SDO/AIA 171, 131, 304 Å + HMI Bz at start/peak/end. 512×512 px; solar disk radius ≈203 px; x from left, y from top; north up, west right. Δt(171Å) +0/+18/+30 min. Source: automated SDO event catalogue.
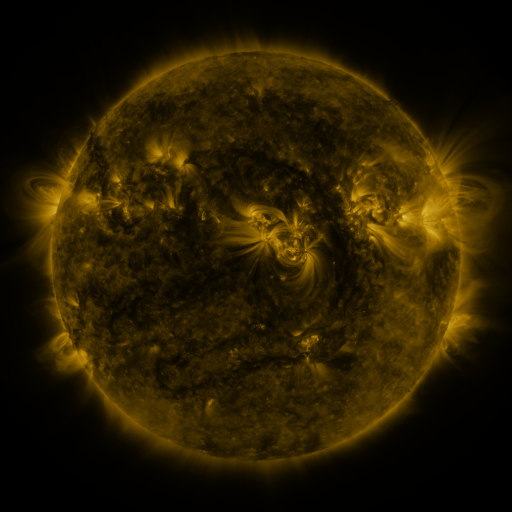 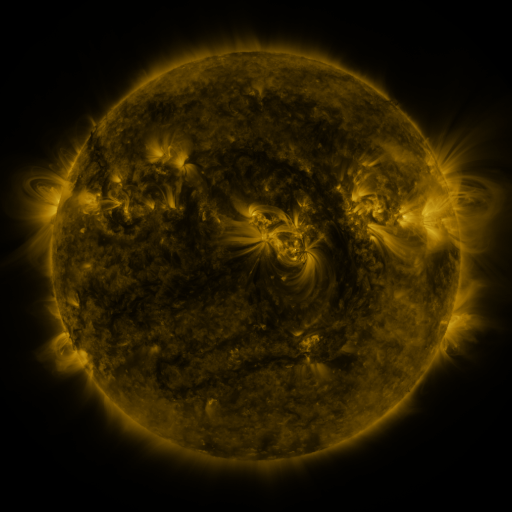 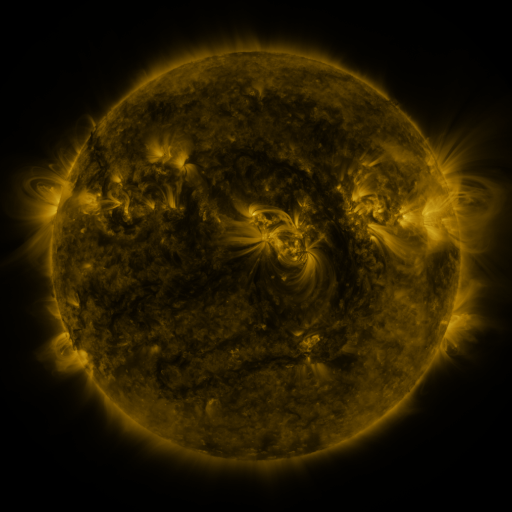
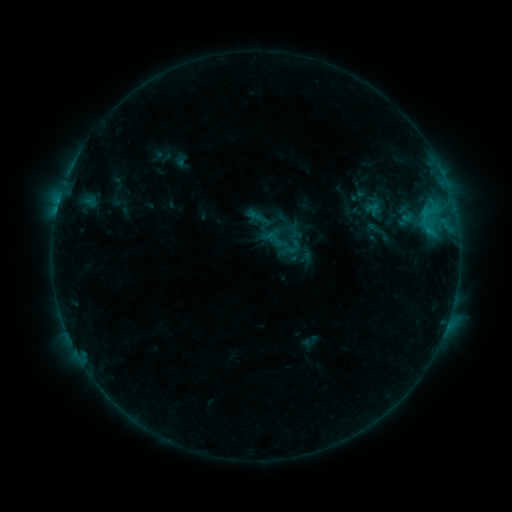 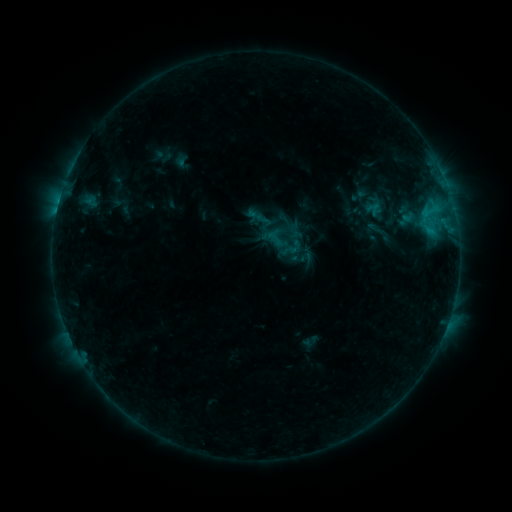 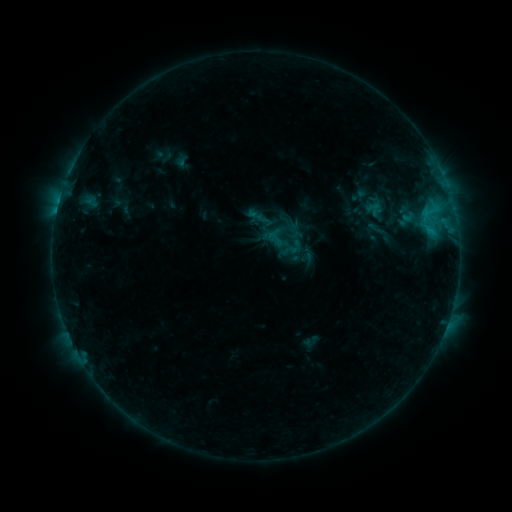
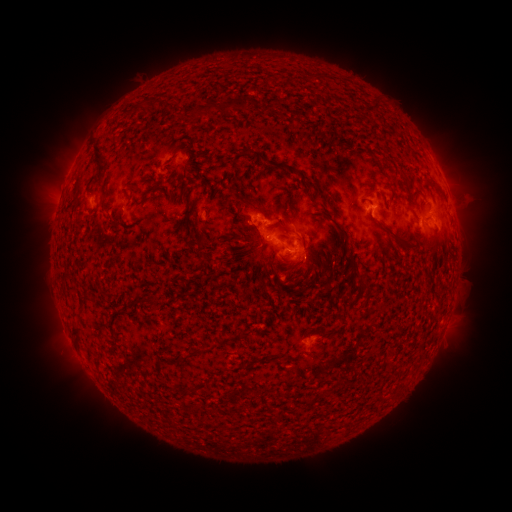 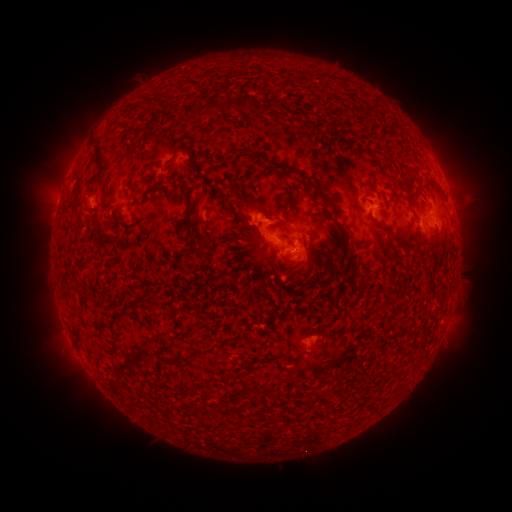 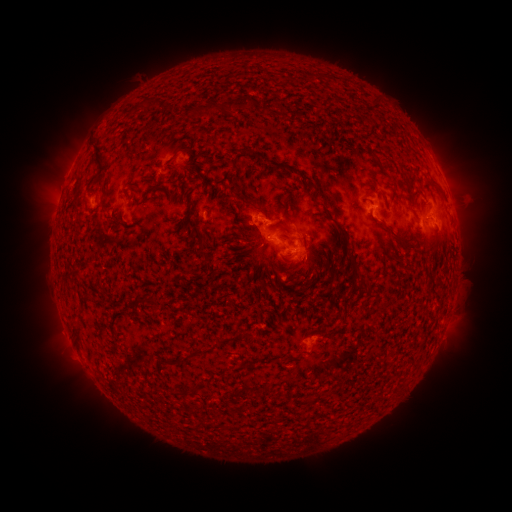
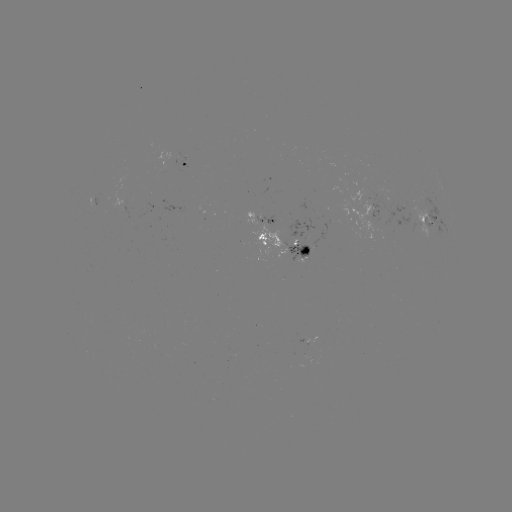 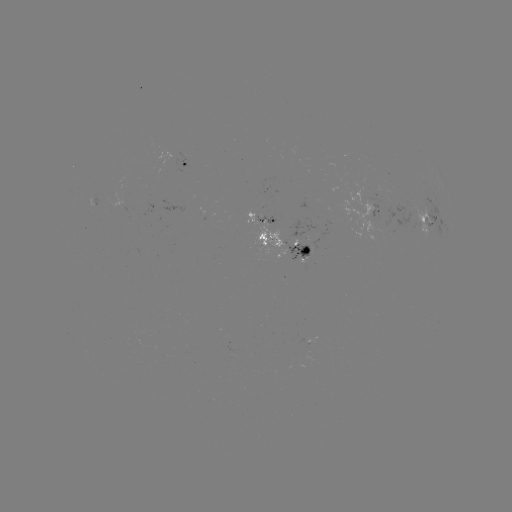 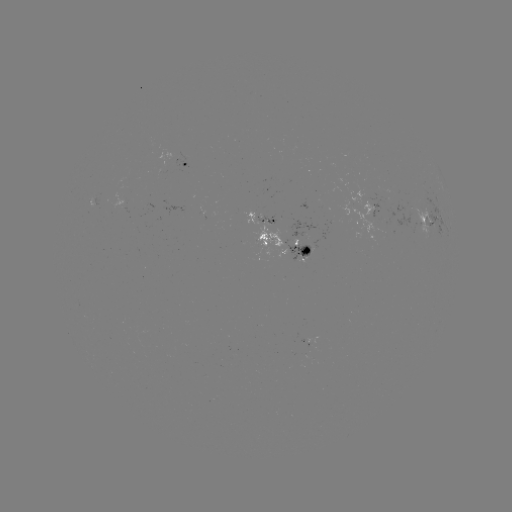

nothing was catalogued: no classed flare, no EUV trigger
